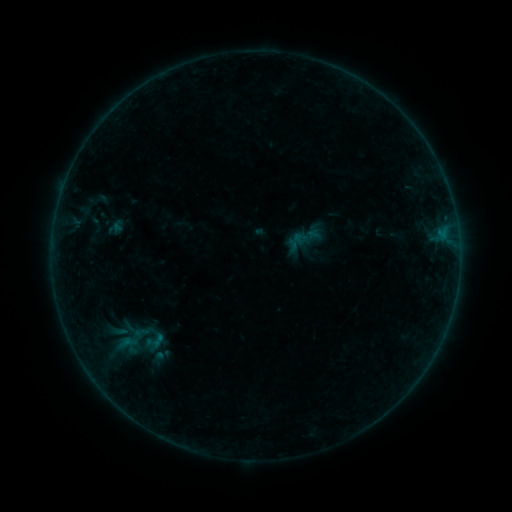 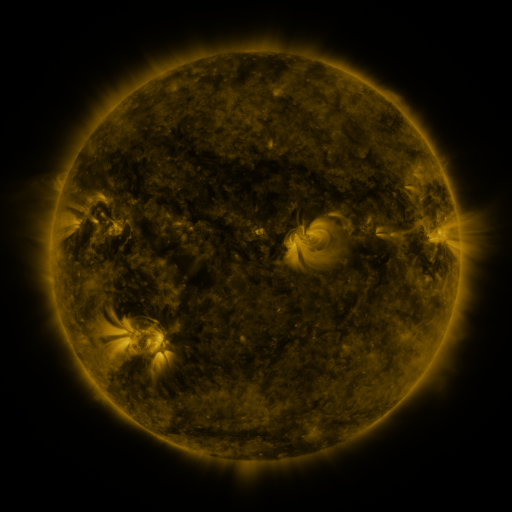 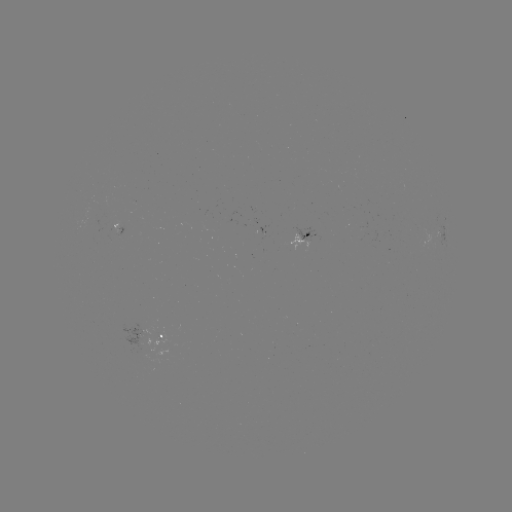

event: sigmoid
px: (127, 343)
